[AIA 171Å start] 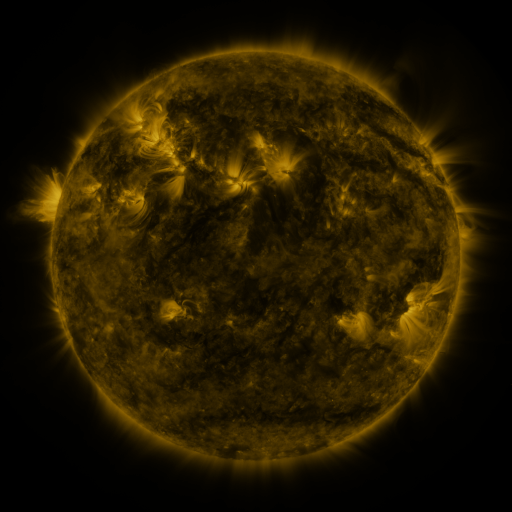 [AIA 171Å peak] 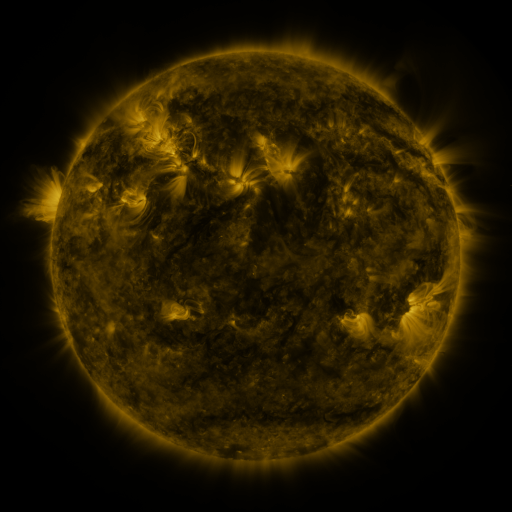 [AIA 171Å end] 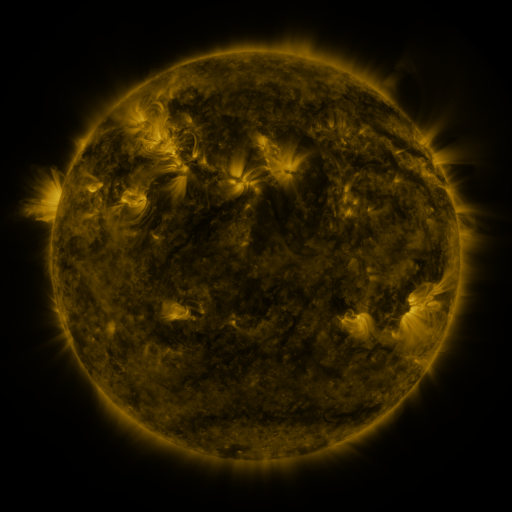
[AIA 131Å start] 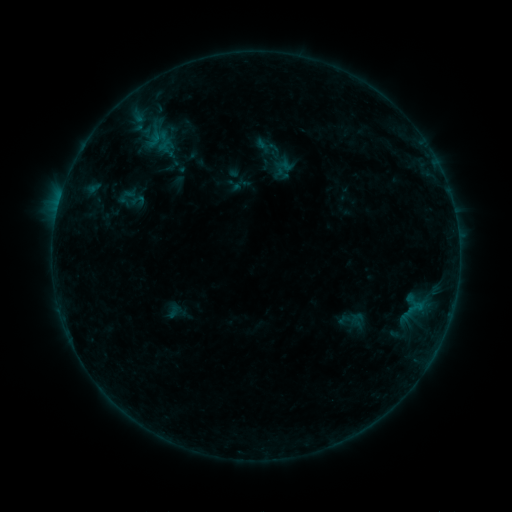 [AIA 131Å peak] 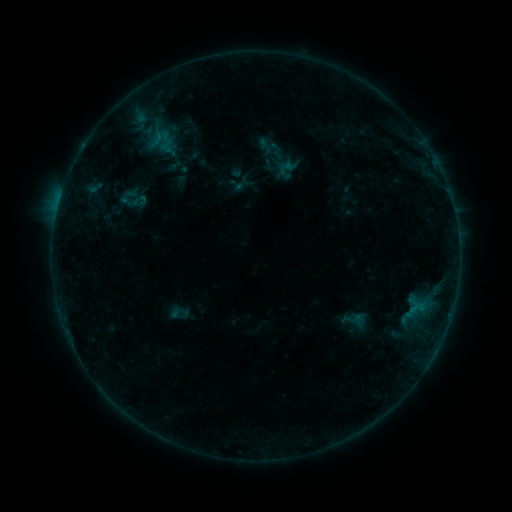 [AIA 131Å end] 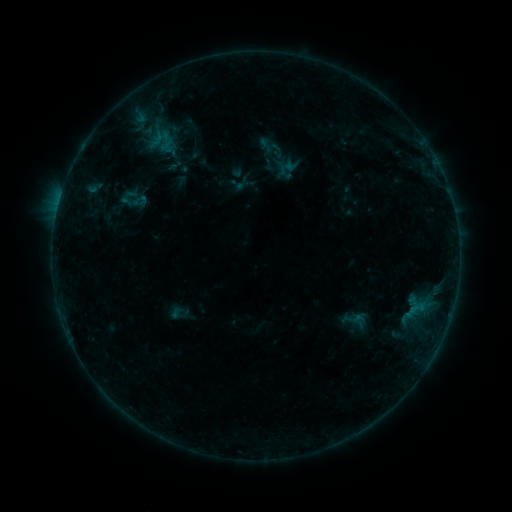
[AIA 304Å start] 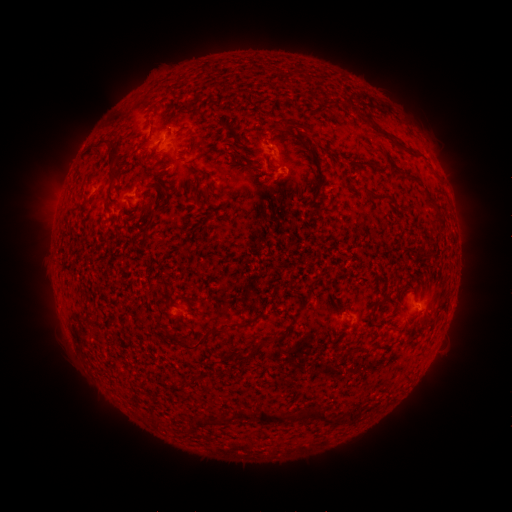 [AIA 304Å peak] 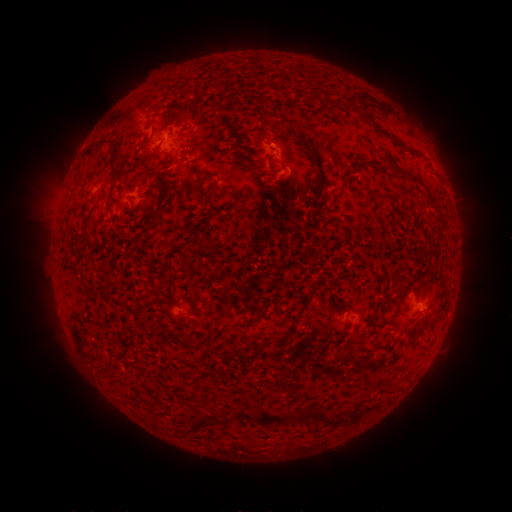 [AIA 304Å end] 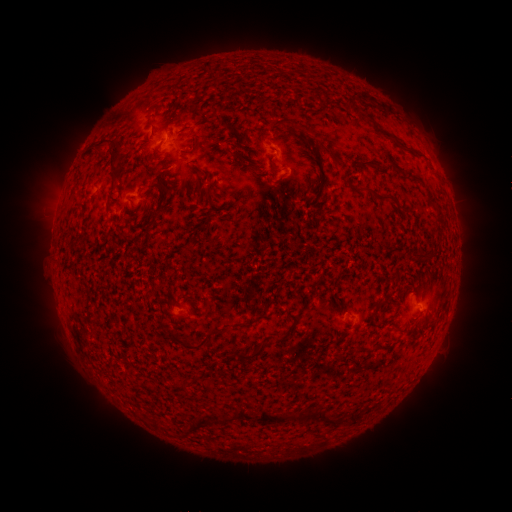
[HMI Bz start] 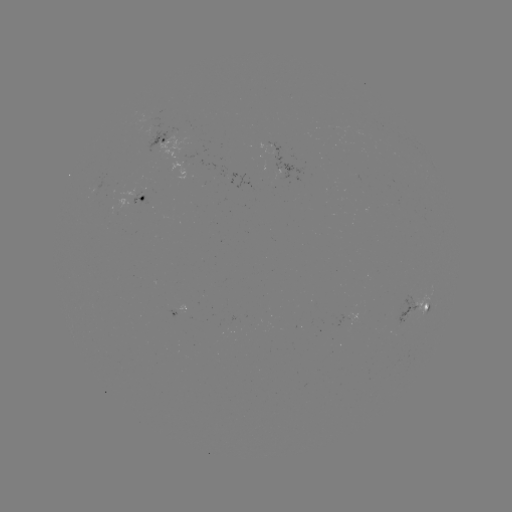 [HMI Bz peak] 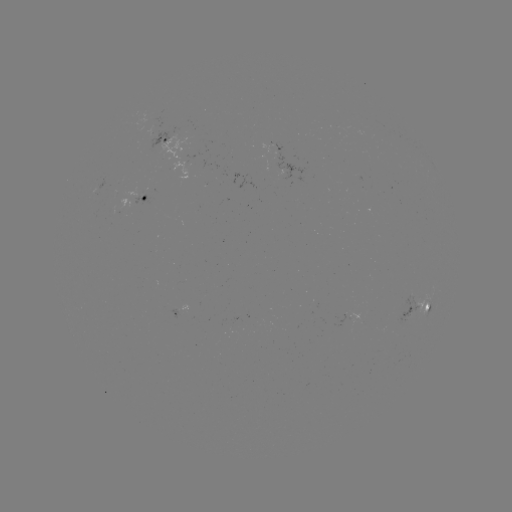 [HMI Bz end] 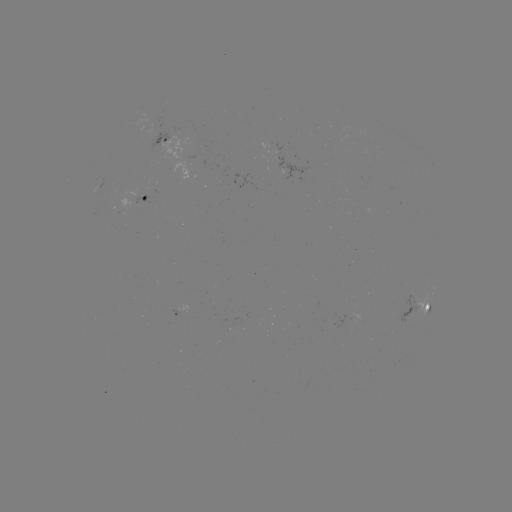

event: emerging-flux region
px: (411, 305)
